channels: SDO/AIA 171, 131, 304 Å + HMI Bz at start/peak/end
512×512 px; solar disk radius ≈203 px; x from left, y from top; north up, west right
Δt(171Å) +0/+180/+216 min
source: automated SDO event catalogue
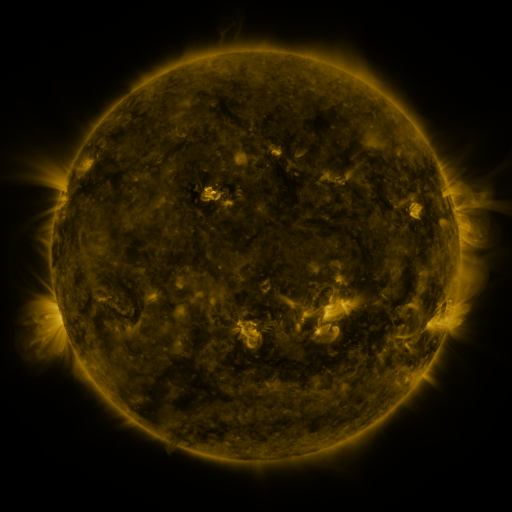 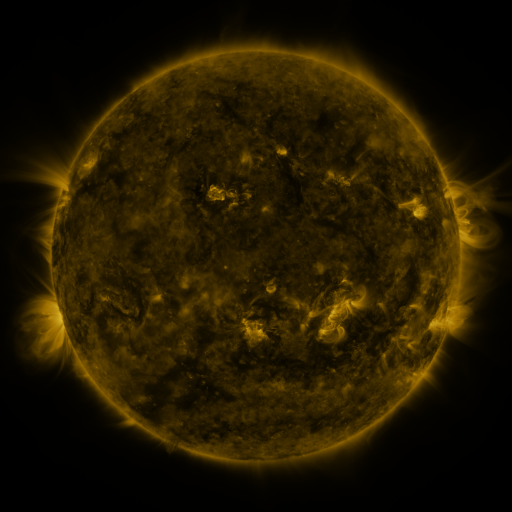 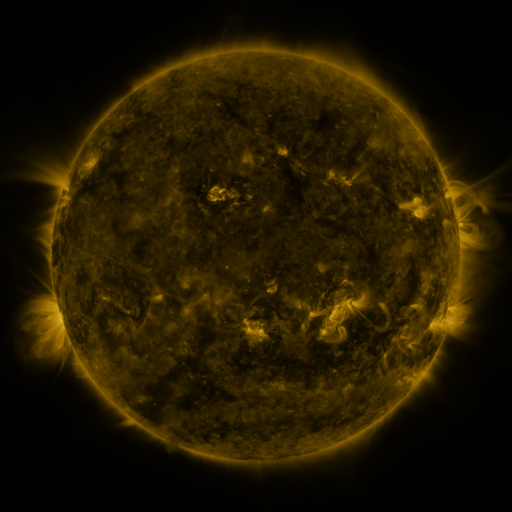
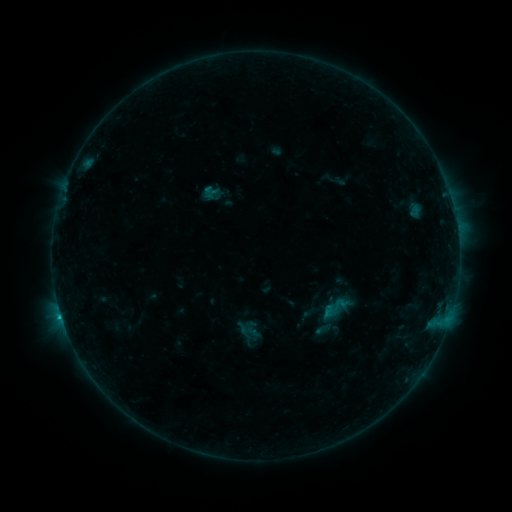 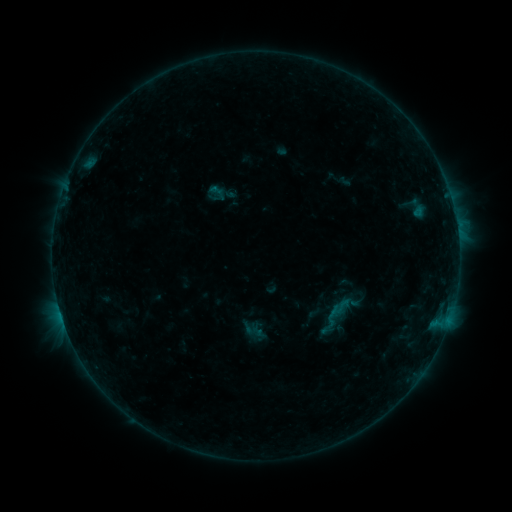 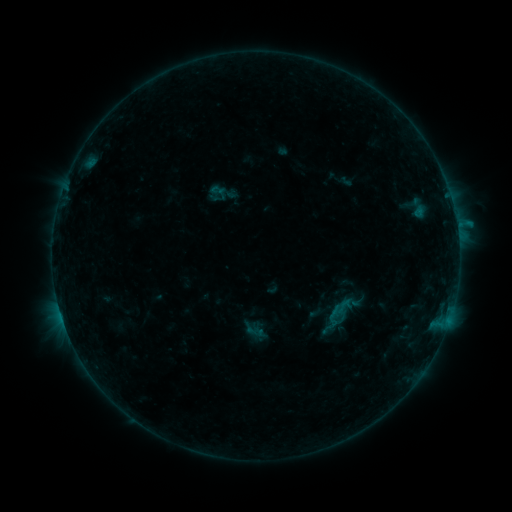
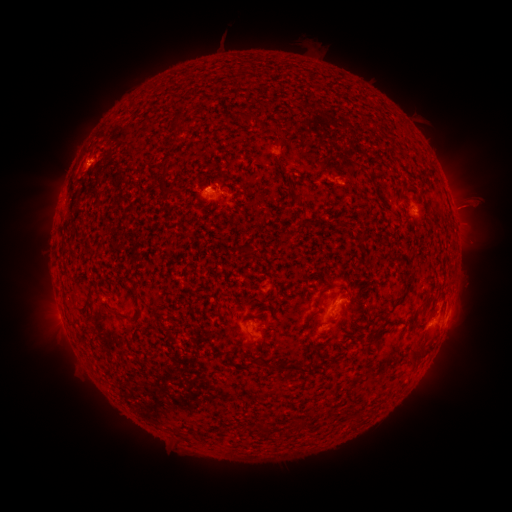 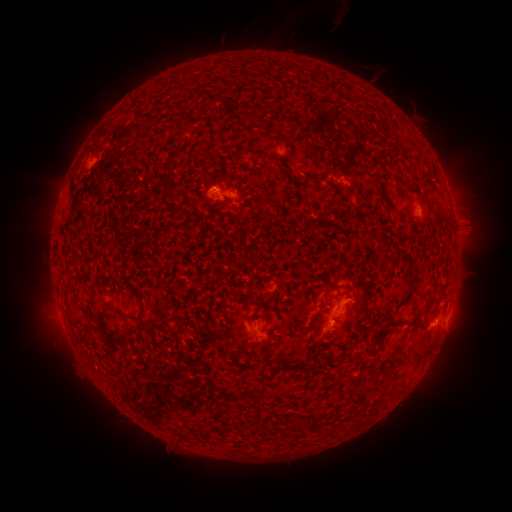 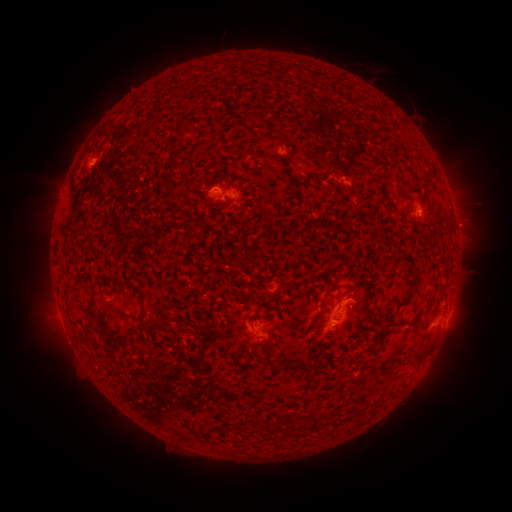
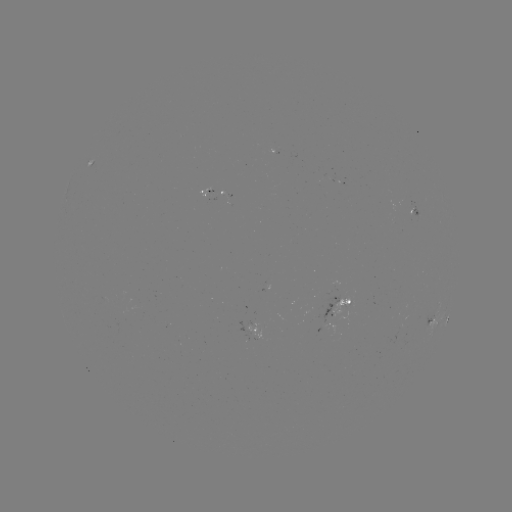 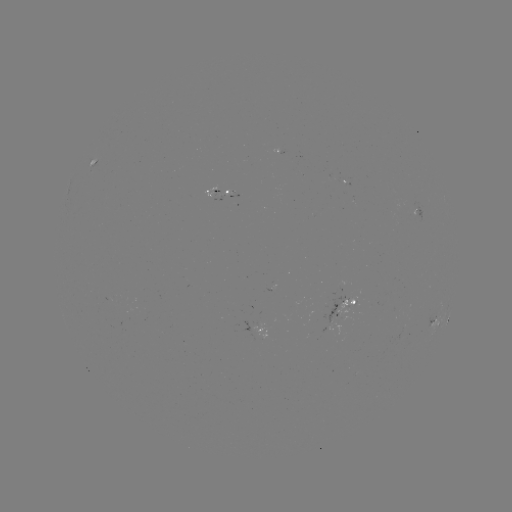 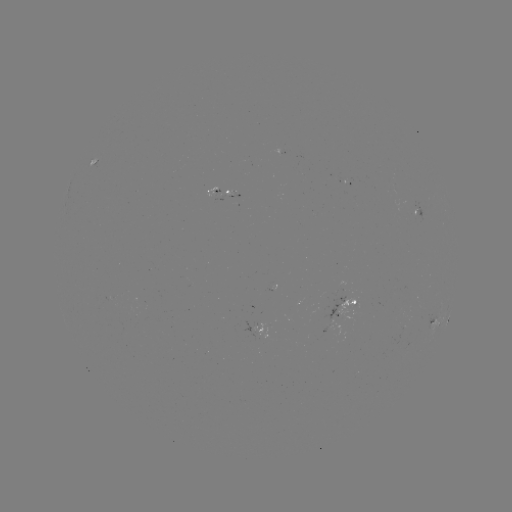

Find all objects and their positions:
emerging-flux region: (341, 177)
